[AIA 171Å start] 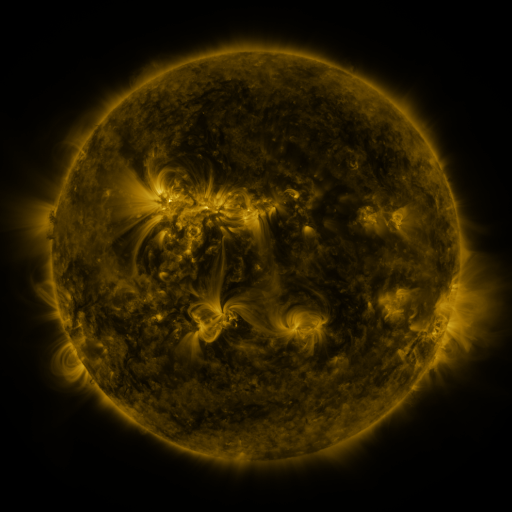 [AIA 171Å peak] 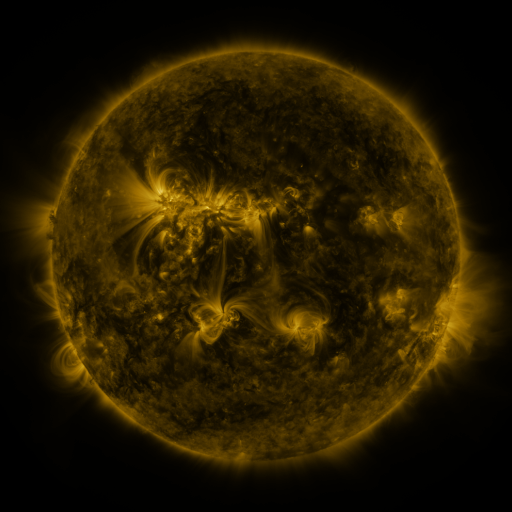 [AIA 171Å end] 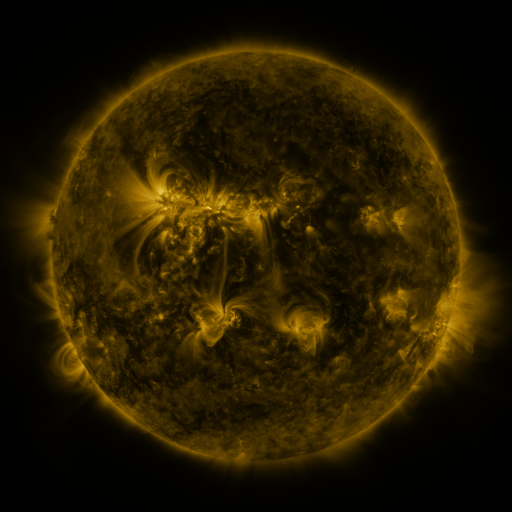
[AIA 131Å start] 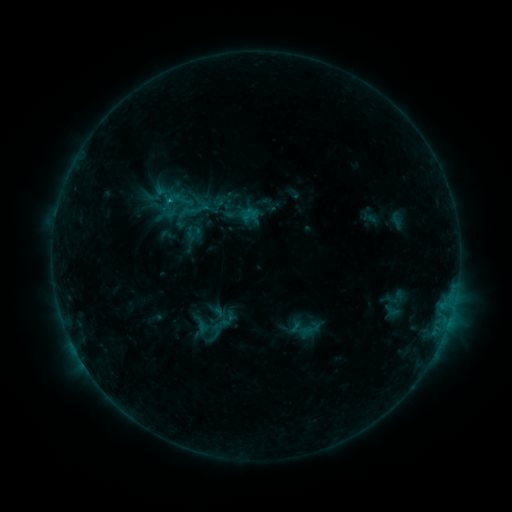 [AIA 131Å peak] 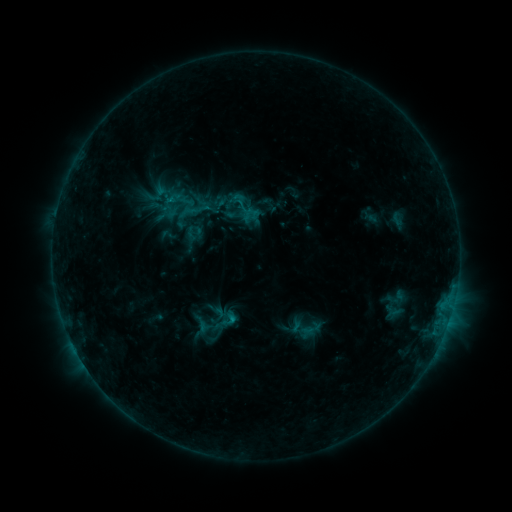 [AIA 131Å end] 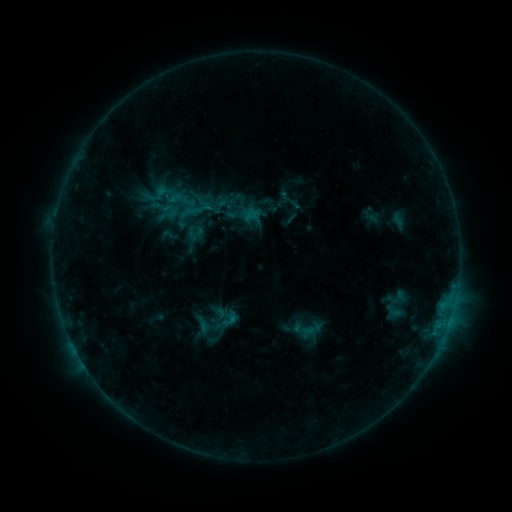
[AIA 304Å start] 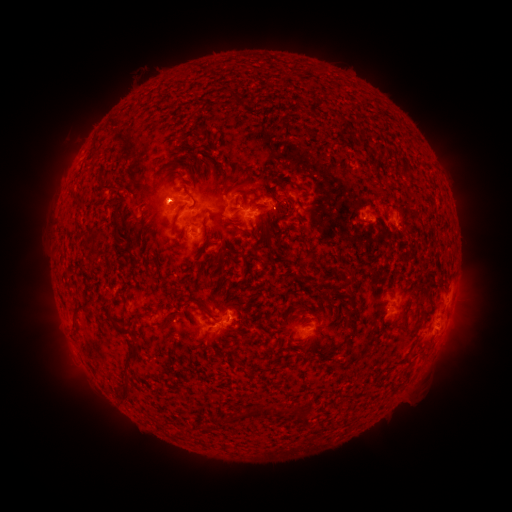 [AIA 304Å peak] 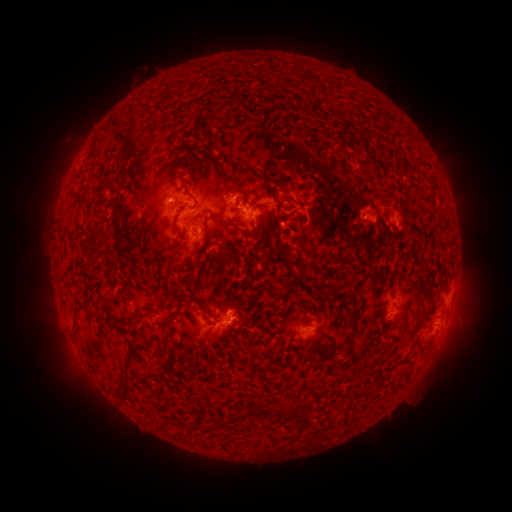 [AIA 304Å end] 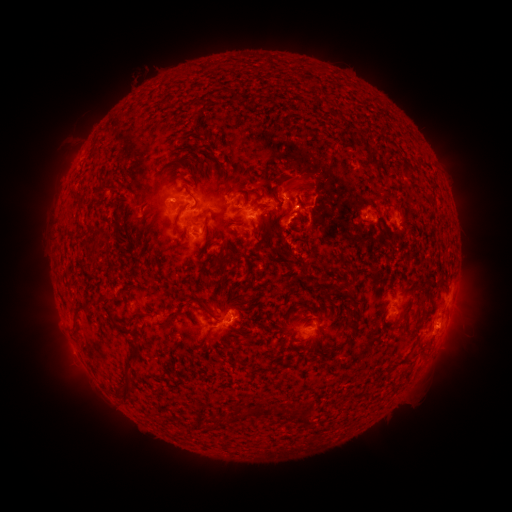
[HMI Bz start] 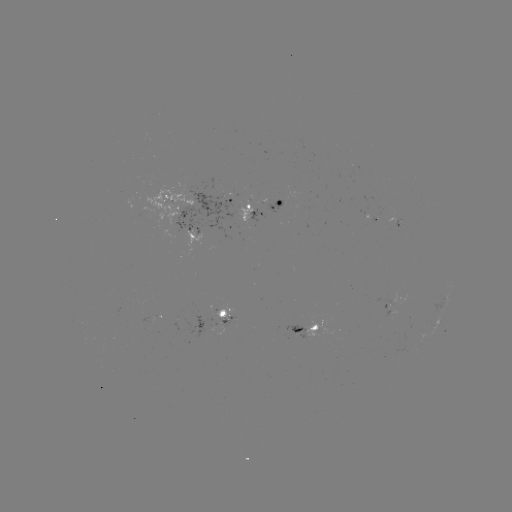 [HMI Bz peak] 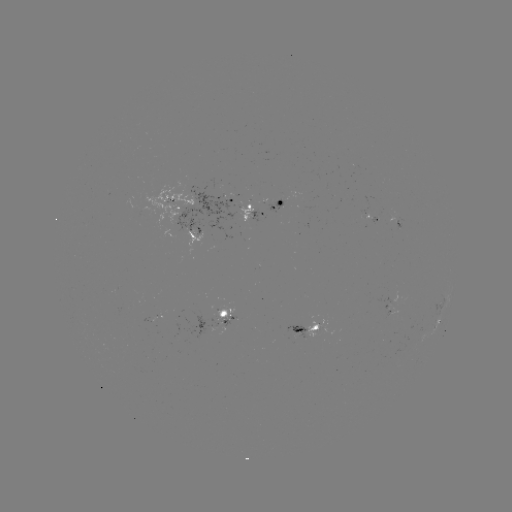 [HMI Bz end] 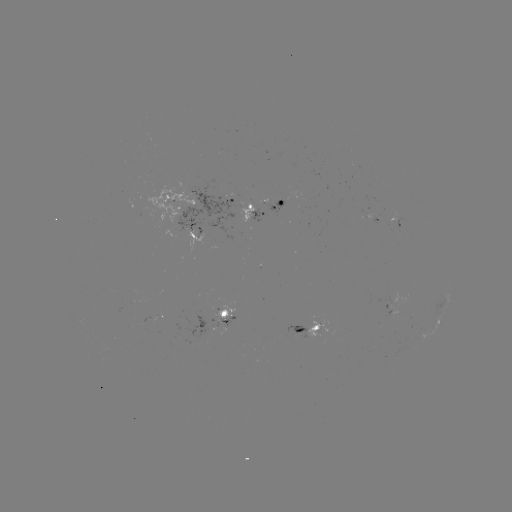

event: flare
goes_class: B9.8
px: (235, 318)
